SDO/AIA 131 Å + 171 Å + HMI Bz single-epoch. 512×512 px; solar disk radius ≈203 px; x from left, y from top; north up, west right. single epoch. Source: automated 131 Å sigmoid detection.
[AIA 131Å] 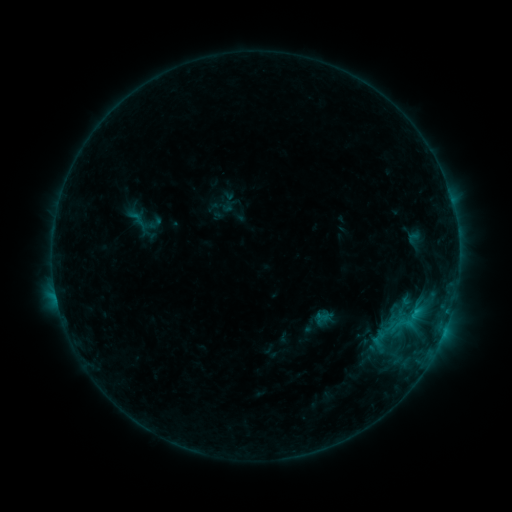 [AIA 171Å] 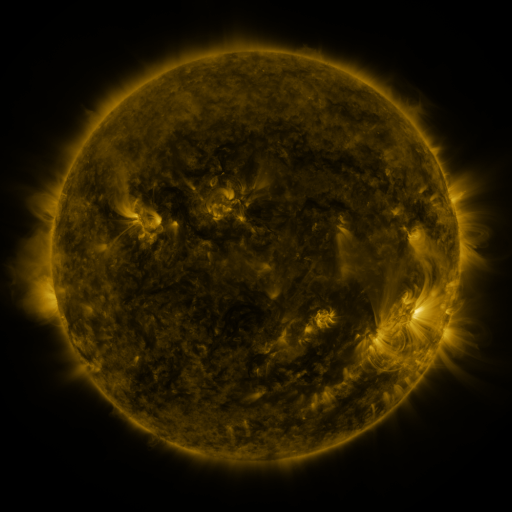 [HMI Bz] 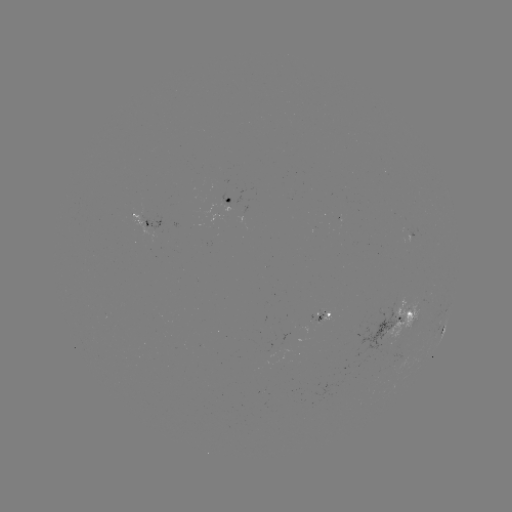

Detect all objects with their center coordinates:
sigmoid: [127, 204, 157, 239]
sigmoid: [388, 310, 416, 338]
